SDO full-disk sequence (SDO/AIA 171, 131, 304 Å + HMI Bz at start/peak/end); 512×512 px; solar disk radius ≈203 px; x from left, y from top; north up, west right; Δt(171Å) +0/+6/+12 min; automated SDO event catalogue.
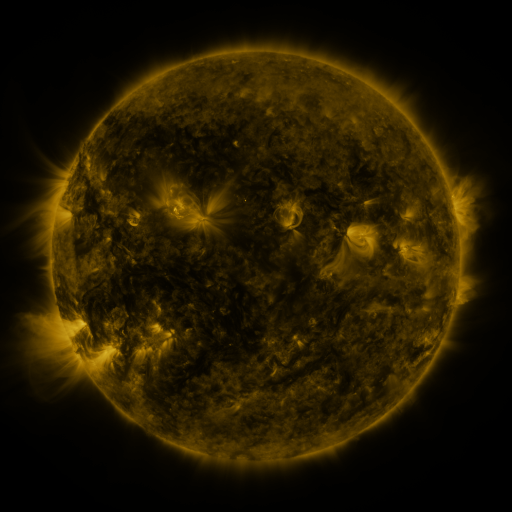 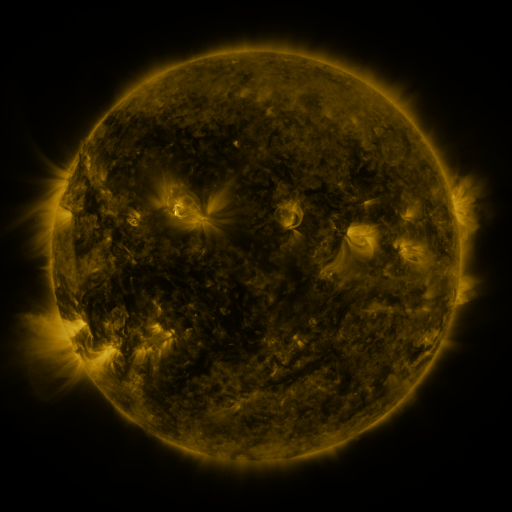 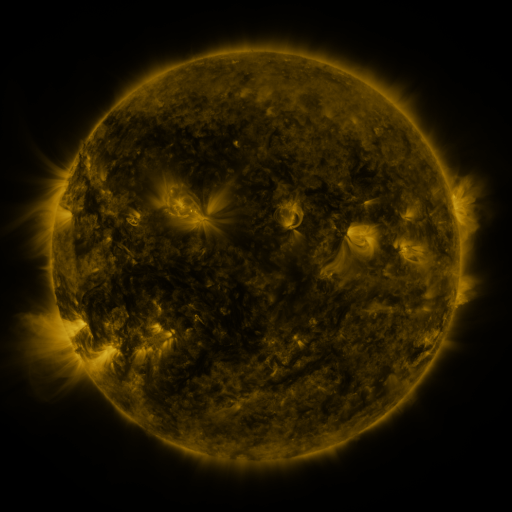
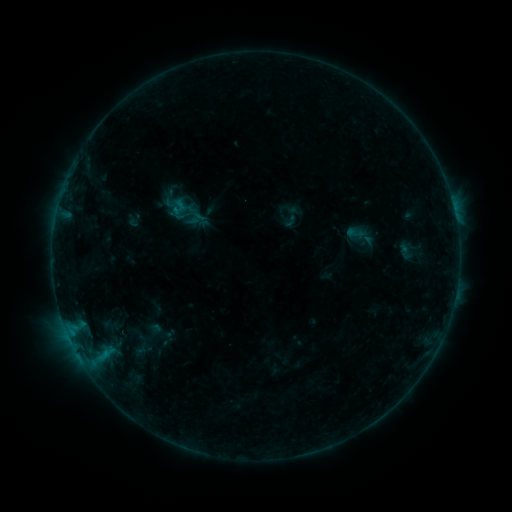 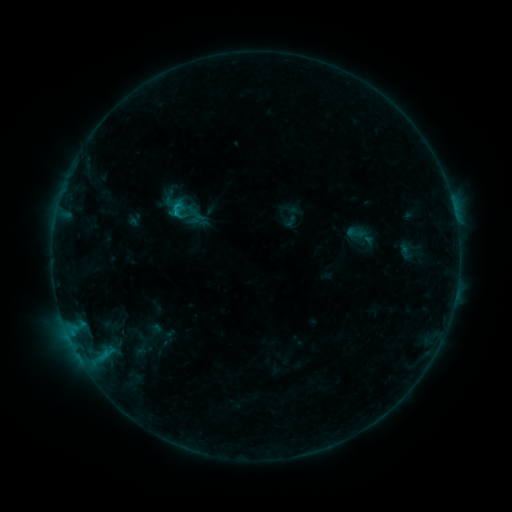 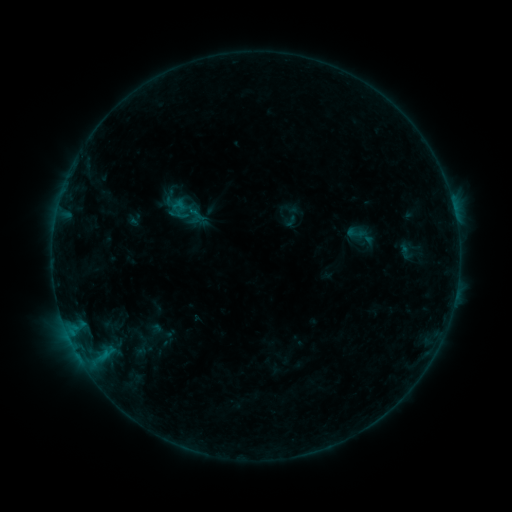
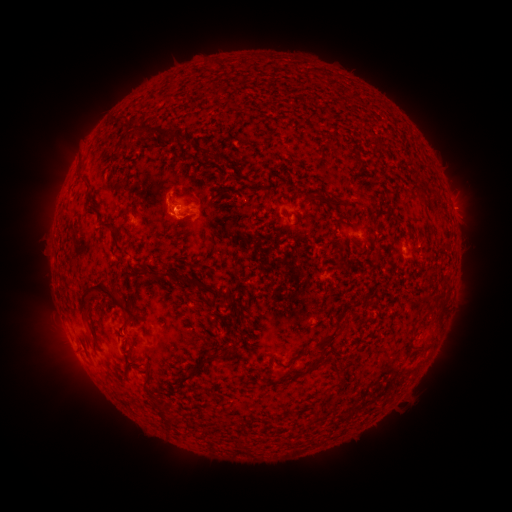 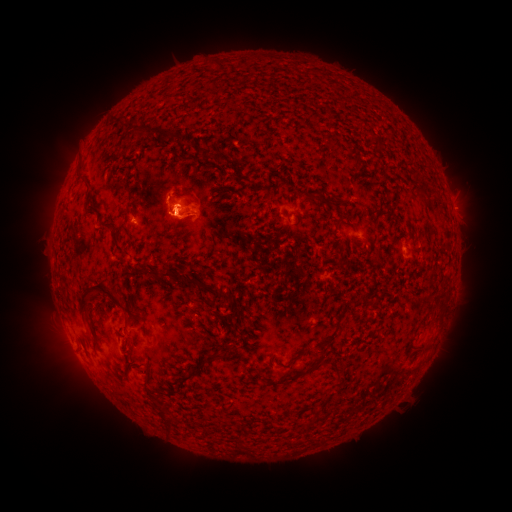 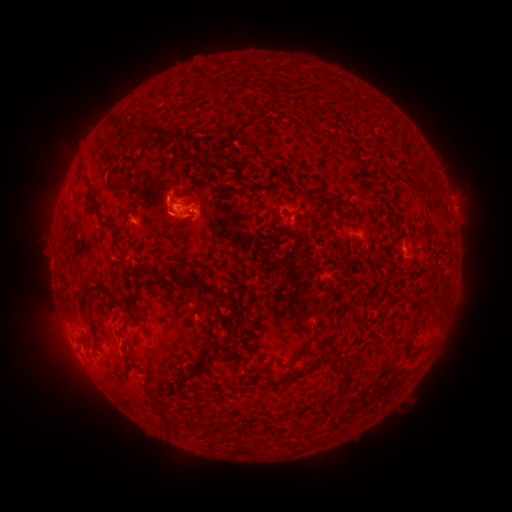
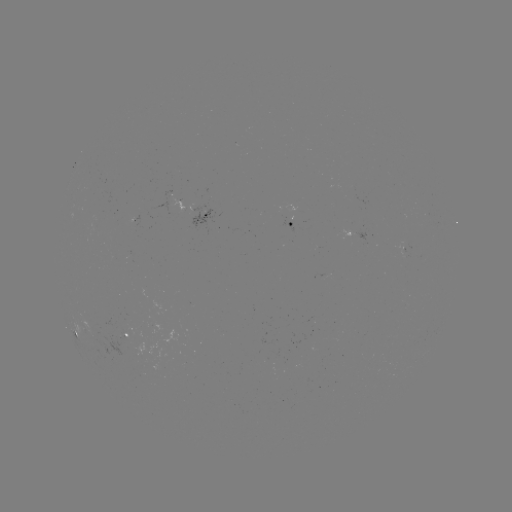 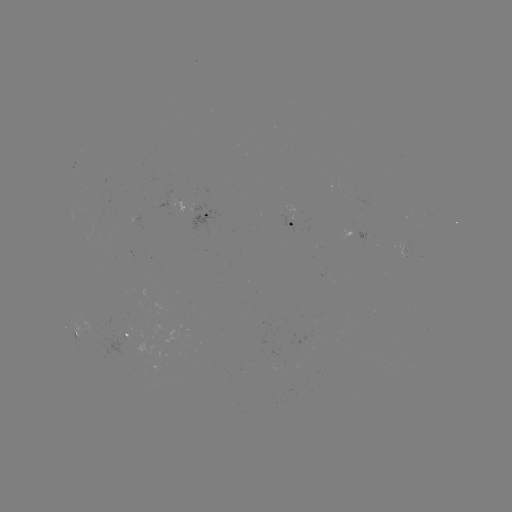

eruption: (145, 168, 240, 249)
